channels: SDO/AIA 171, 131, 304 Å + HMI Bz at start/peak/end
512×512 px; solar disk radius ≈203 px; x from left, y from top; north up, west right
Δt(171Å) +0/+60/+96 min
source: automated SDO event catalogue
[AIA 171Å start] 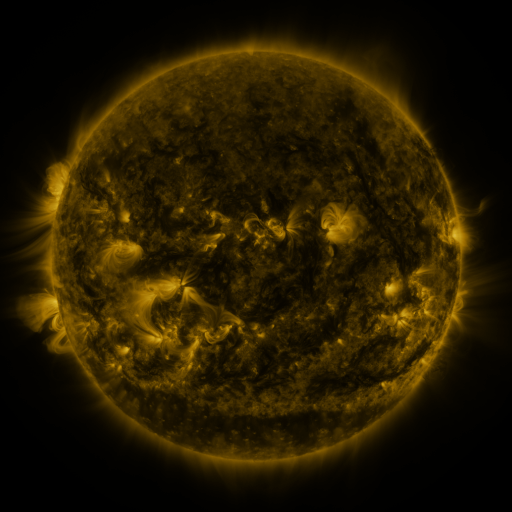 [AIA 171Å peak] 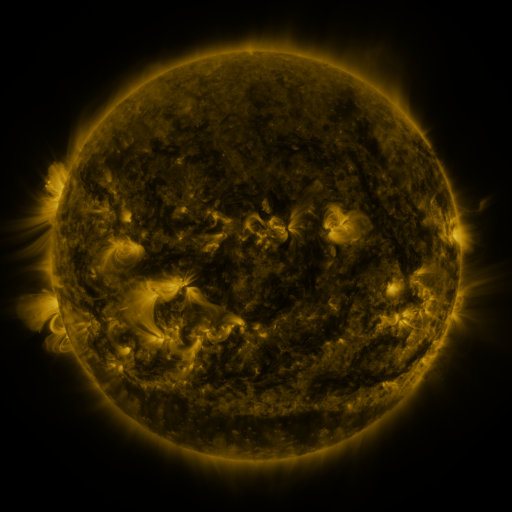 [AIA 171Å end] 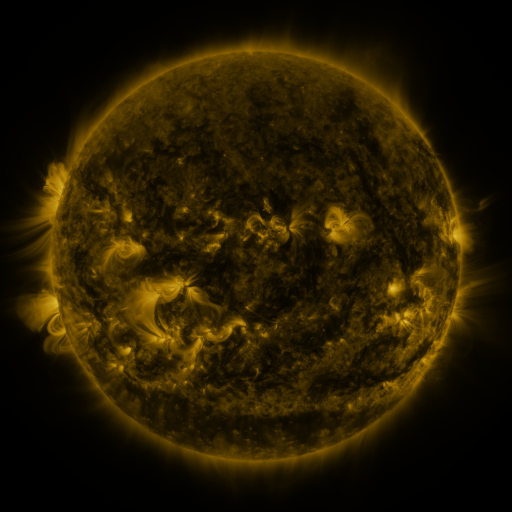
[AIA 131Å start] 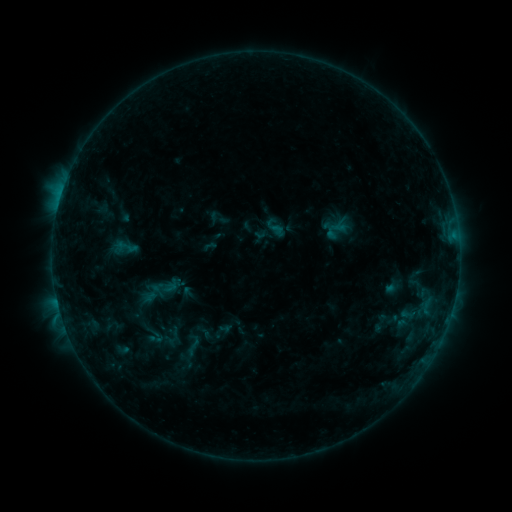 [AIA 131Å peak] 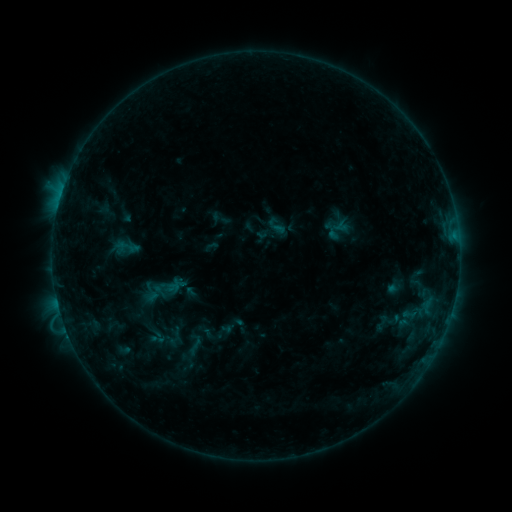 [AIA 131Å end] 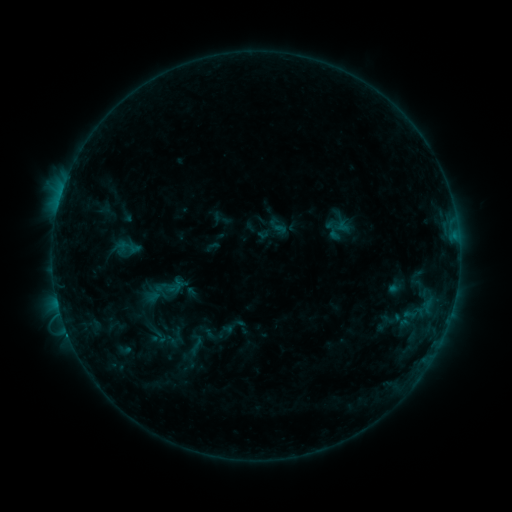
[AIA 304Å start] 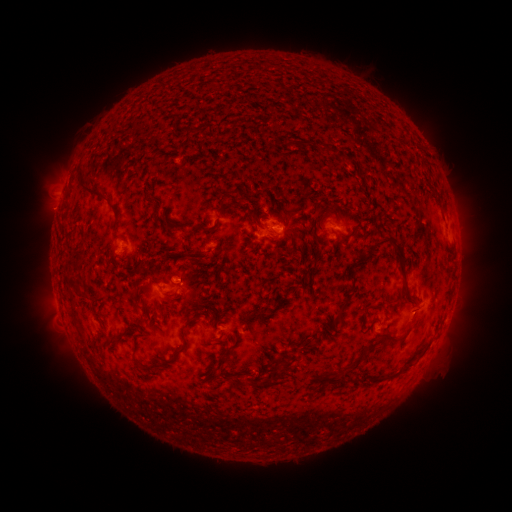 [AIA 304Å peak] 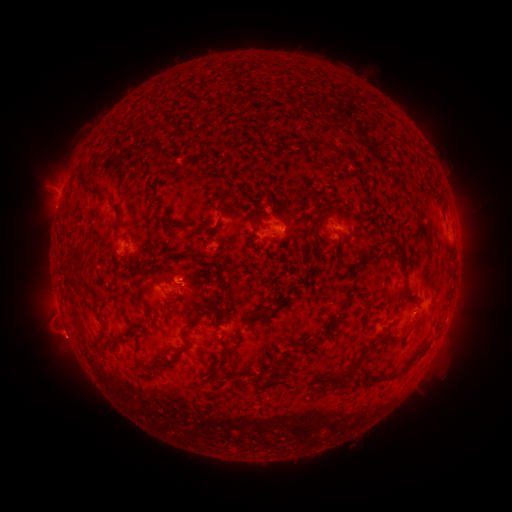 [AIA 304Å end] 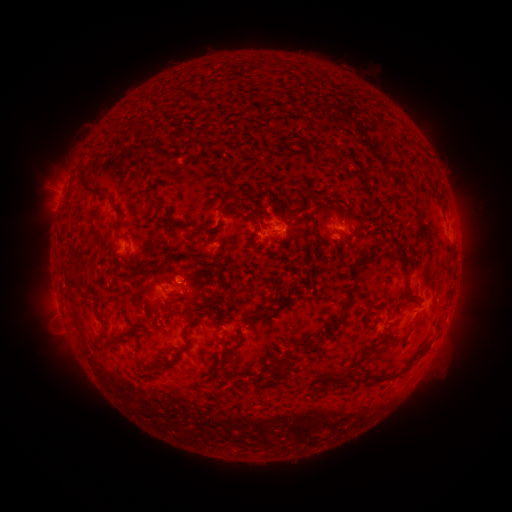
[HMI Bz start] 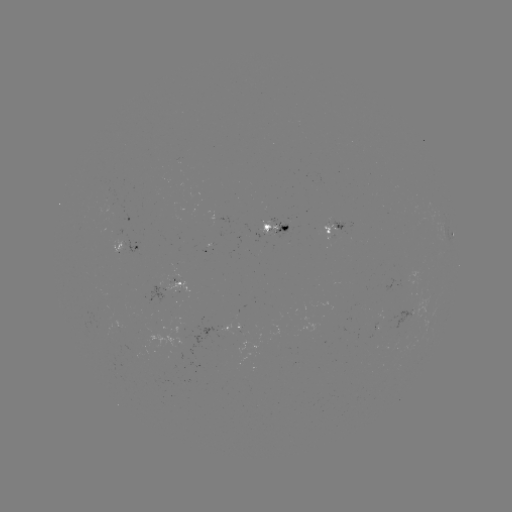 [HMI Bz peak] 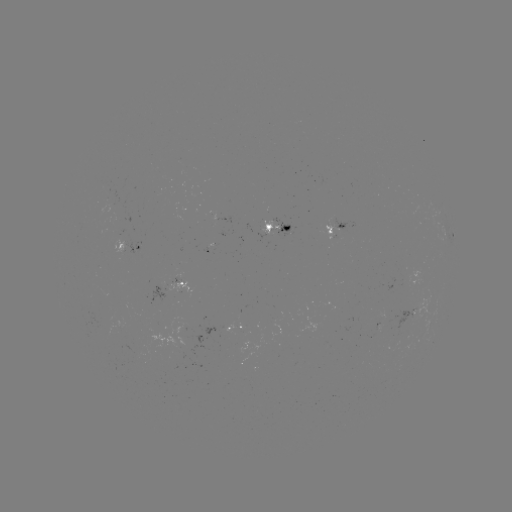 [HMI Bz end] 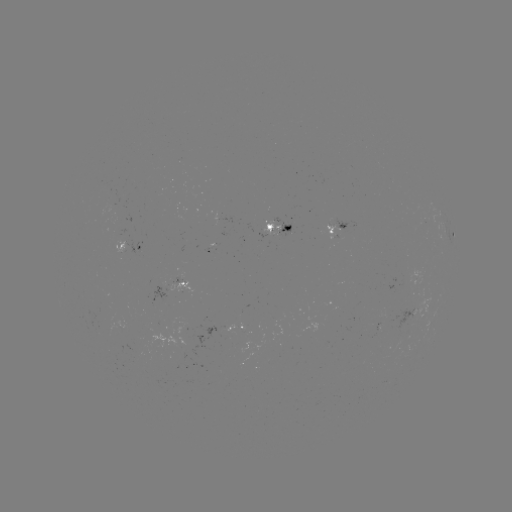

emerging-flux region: (115, 345, 143, 359)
